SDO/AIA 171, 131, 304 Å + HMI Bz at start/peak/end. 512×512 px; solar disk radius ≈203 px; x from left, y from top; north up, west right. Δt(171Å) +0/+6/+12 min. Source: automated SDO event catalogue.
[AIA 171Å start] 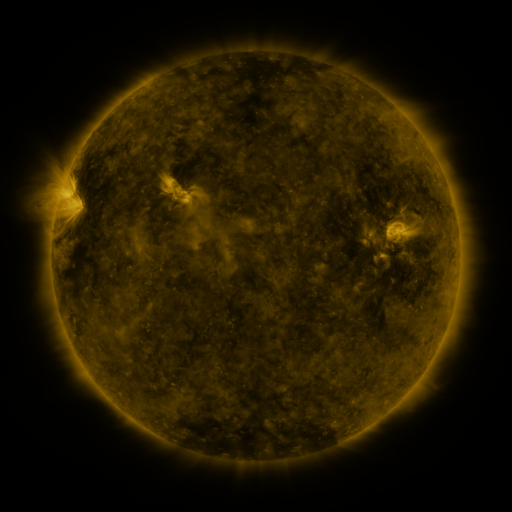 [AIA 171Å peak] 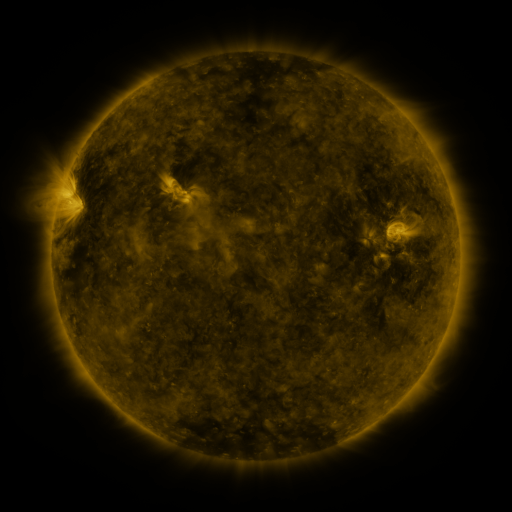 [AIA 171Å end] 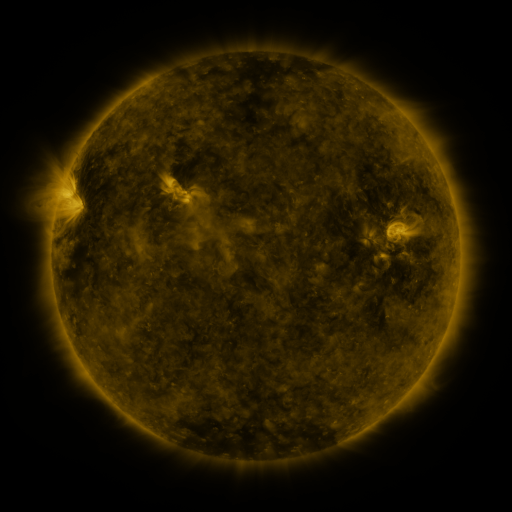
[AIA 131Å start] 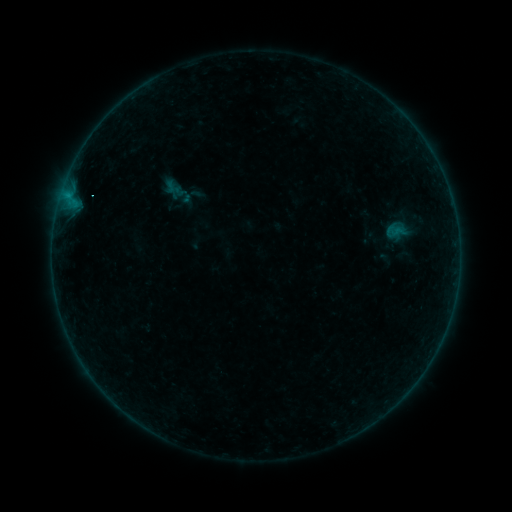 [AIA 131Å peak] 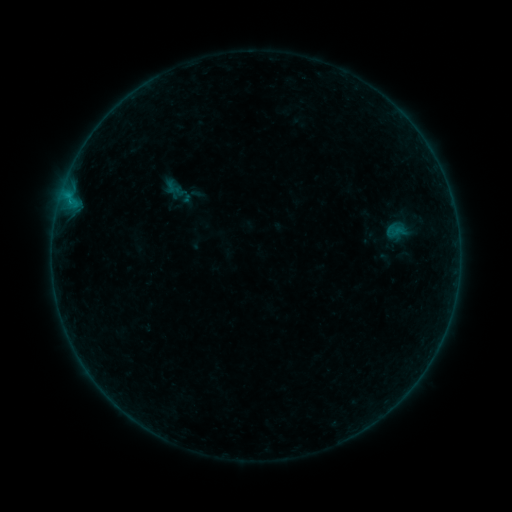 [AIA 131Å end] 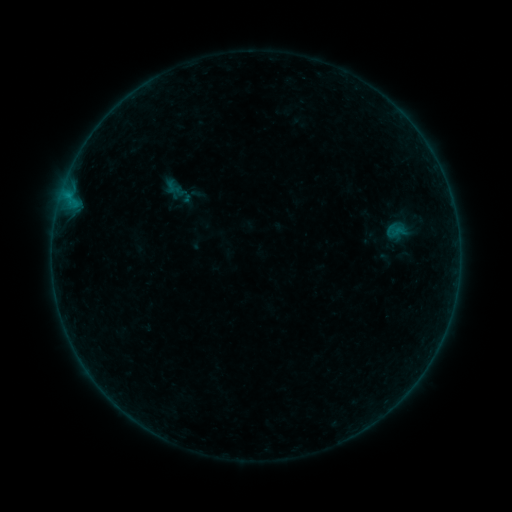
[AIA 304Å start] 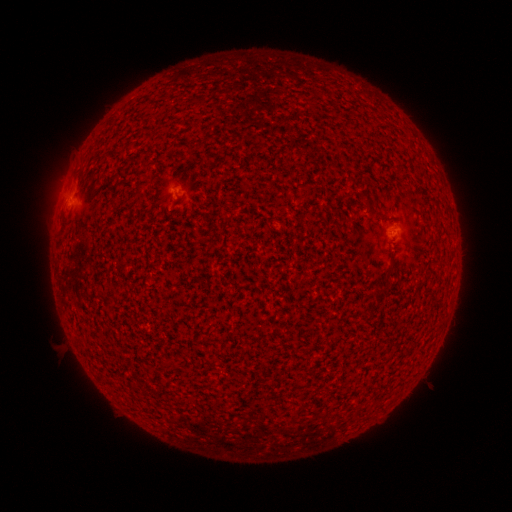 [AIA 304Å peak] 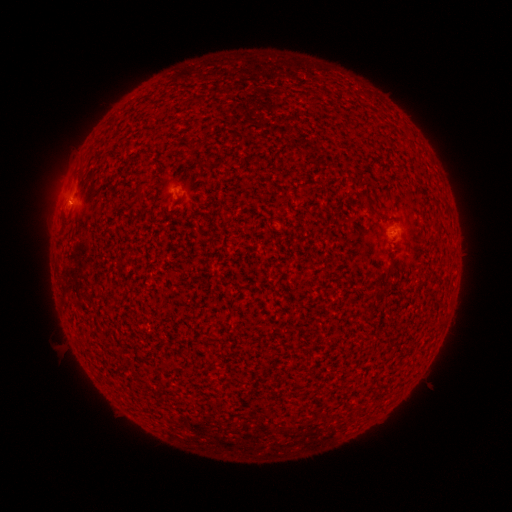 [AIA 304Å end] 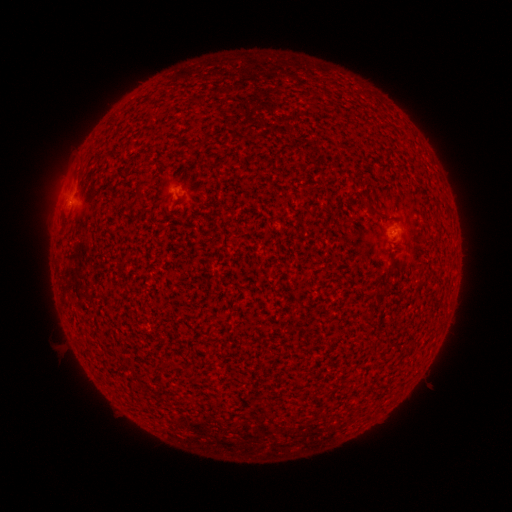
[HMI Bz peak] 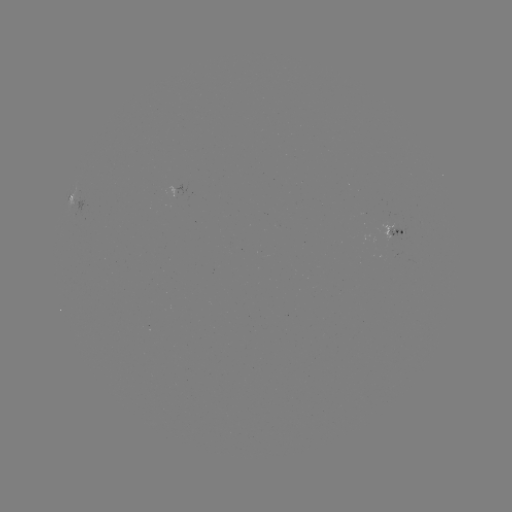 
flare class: B1.1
